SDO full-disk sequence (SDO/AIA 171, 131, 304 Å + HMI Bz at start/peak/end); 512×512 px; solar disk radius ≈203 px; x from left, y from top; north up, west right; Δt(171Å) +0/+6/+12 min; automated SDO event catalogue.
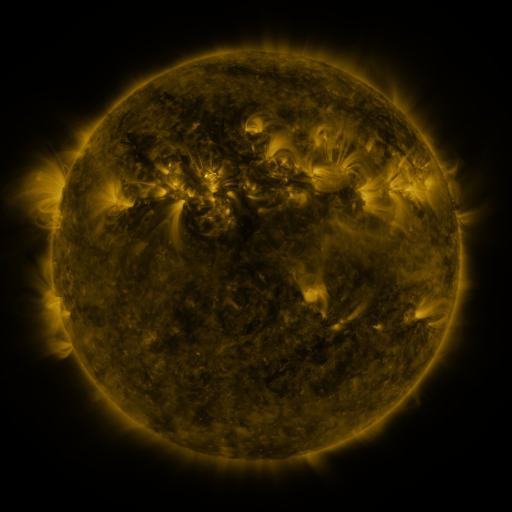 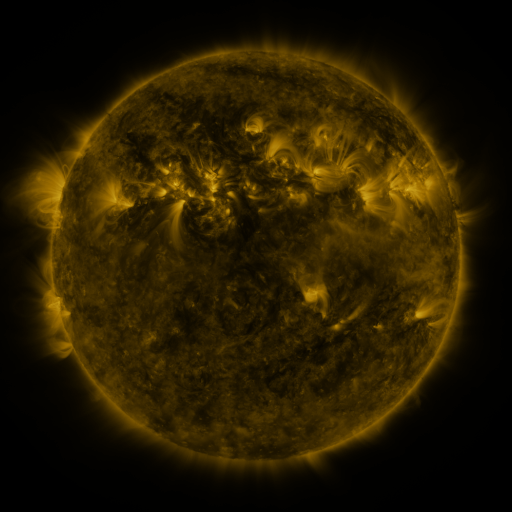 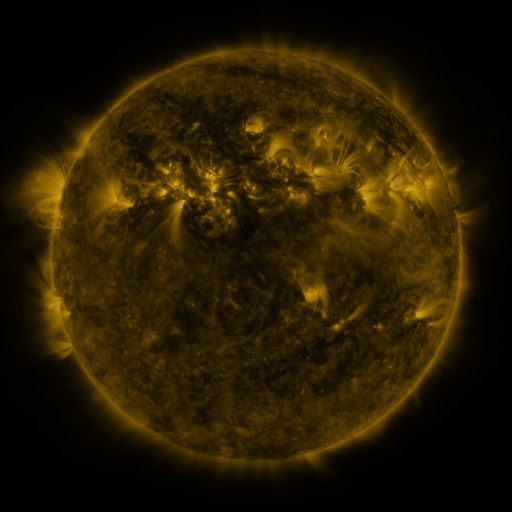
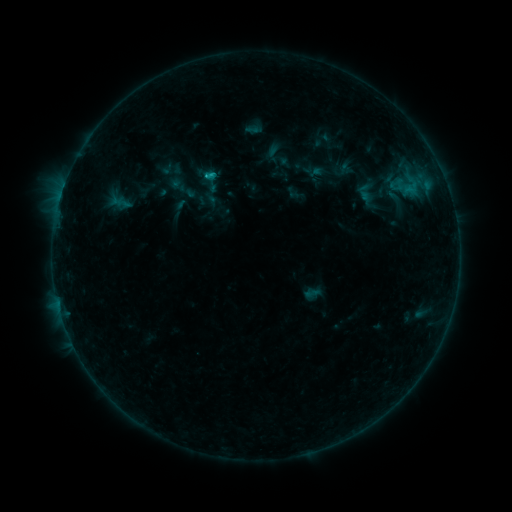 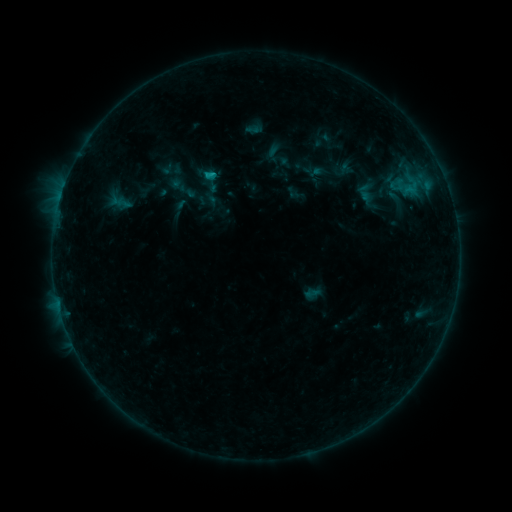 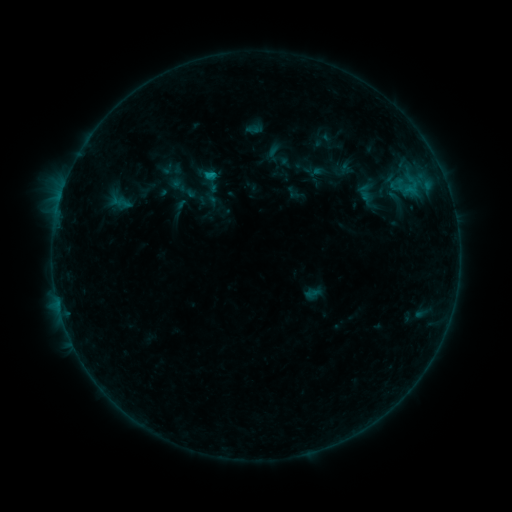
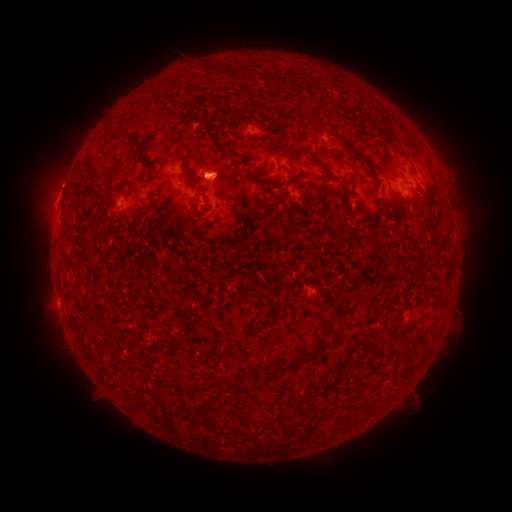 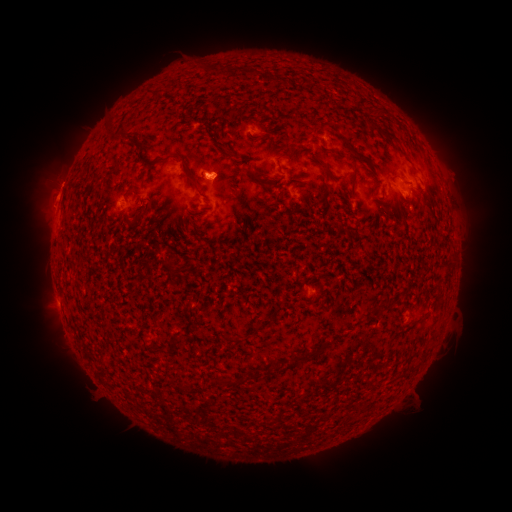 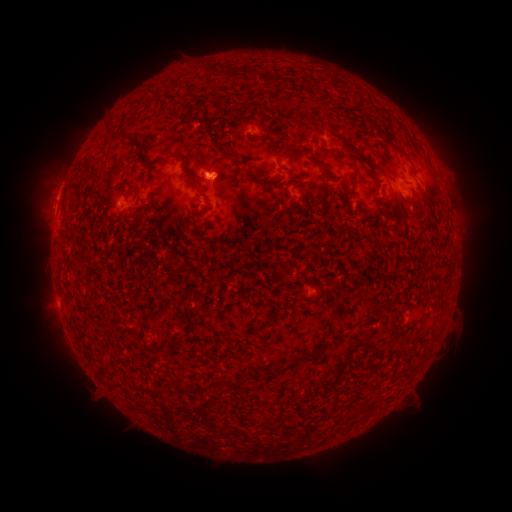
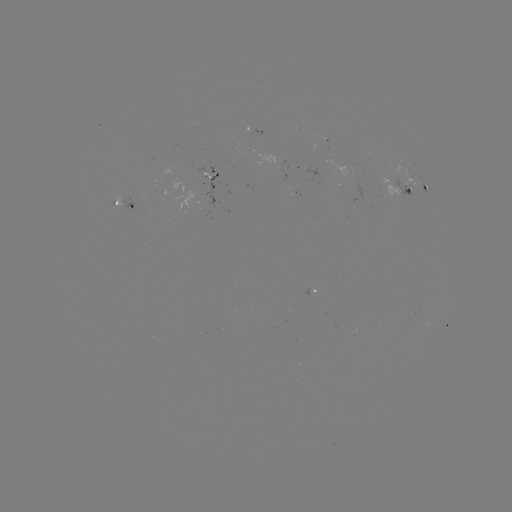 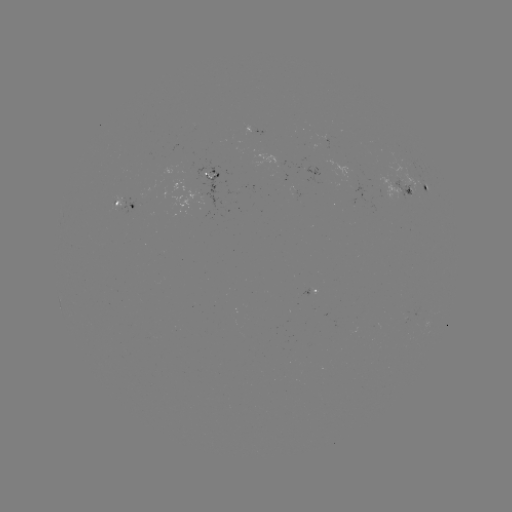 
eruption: <bbox>24, 156, 83, 225</bbox>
